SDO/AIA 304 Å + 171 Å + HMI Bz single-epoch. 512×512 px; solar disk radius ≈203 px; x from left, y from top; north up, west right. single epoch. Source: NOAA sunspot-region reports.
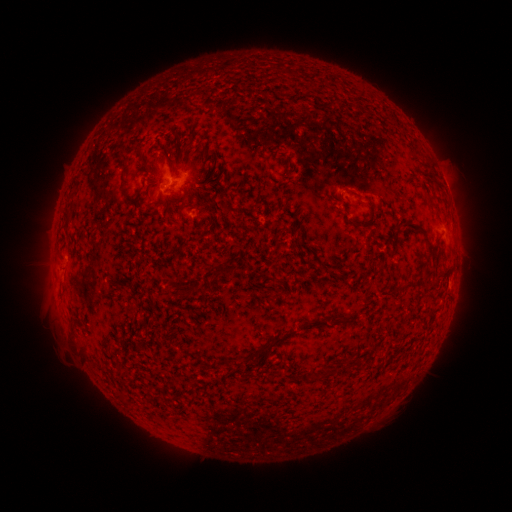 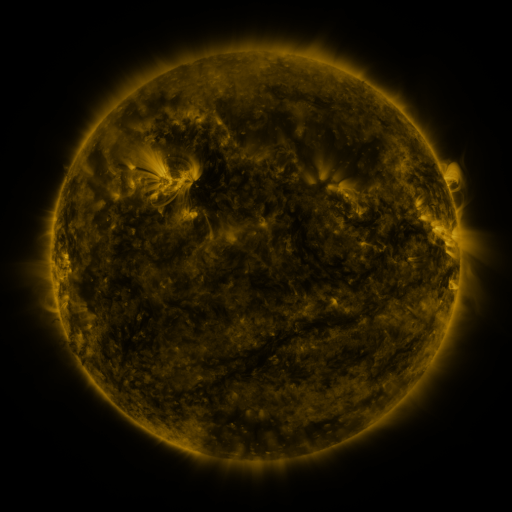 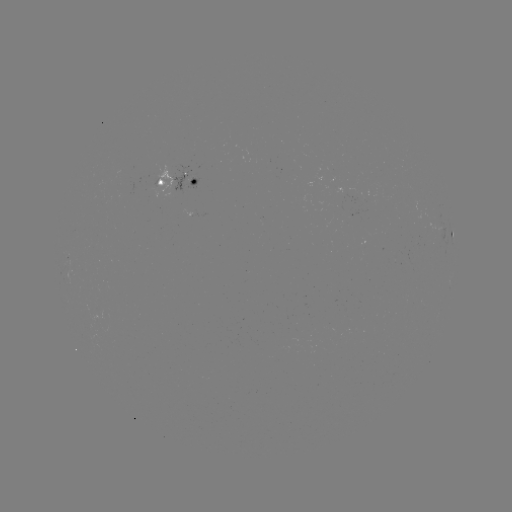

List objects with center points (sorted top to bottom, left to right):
spotted active region: (185, 181)
spotted active region: (451, 238)
